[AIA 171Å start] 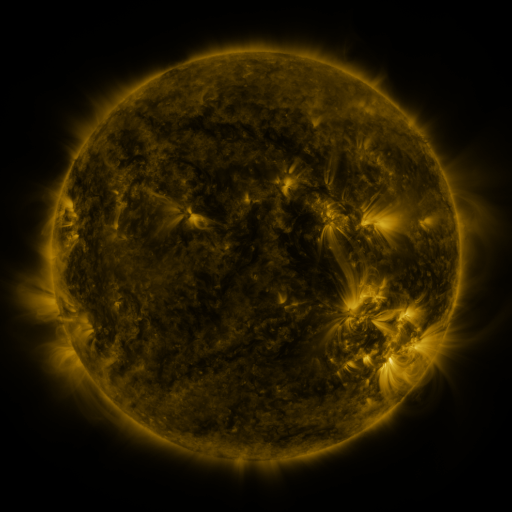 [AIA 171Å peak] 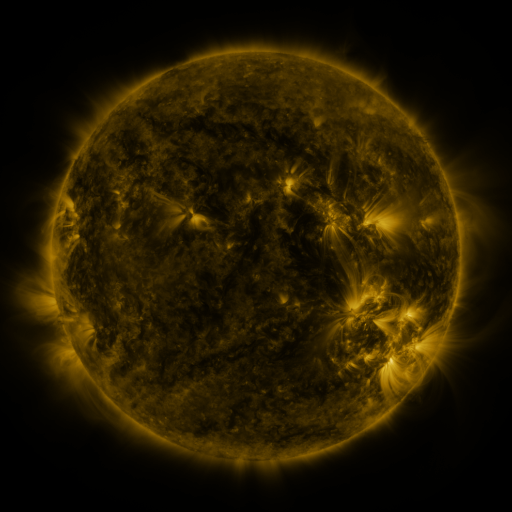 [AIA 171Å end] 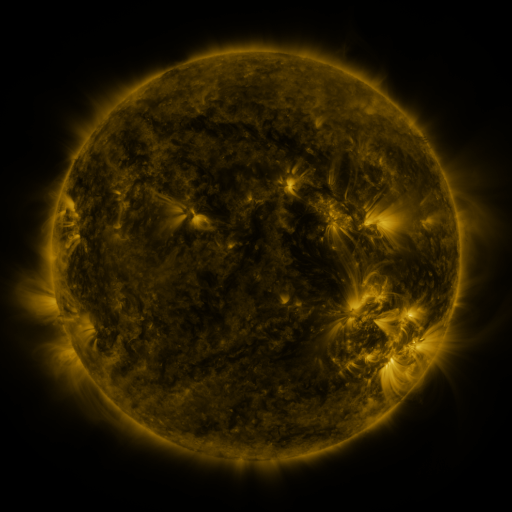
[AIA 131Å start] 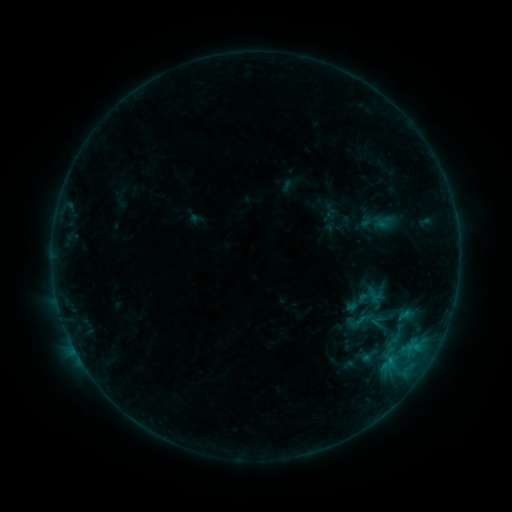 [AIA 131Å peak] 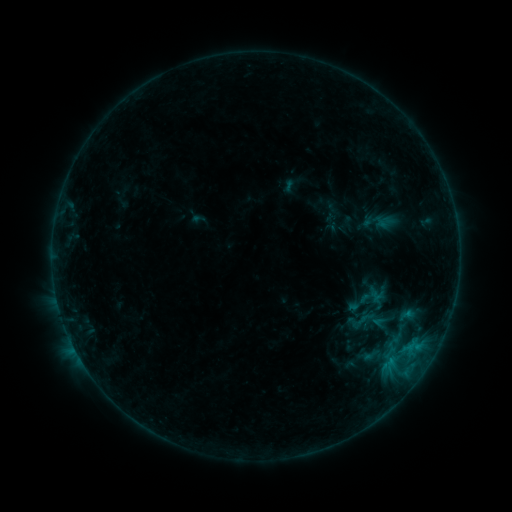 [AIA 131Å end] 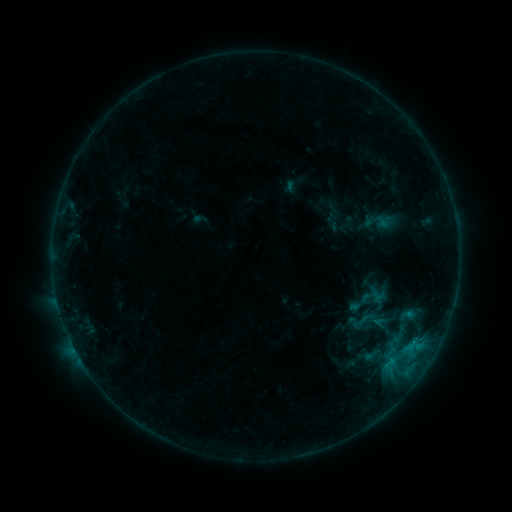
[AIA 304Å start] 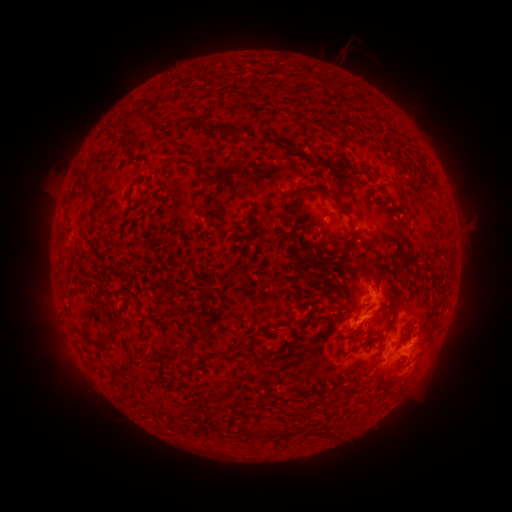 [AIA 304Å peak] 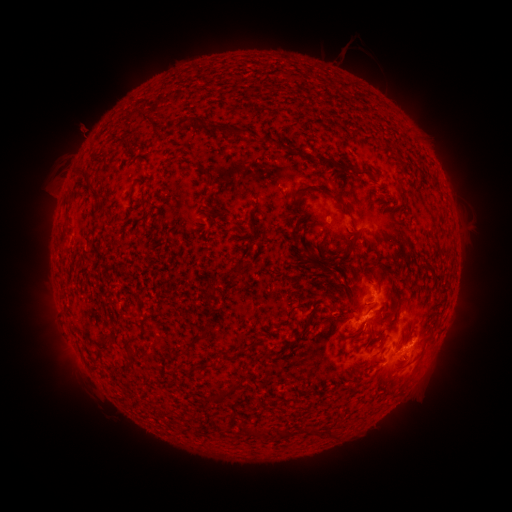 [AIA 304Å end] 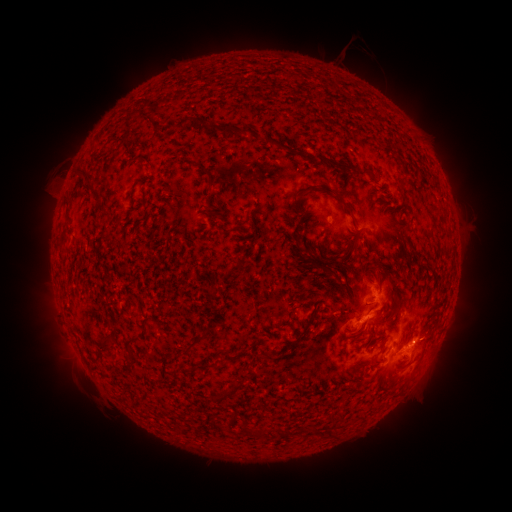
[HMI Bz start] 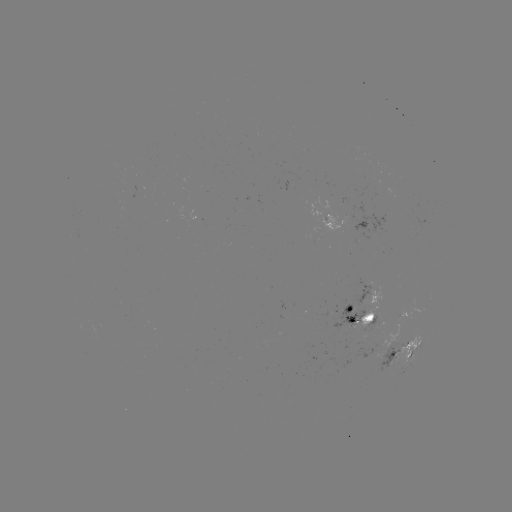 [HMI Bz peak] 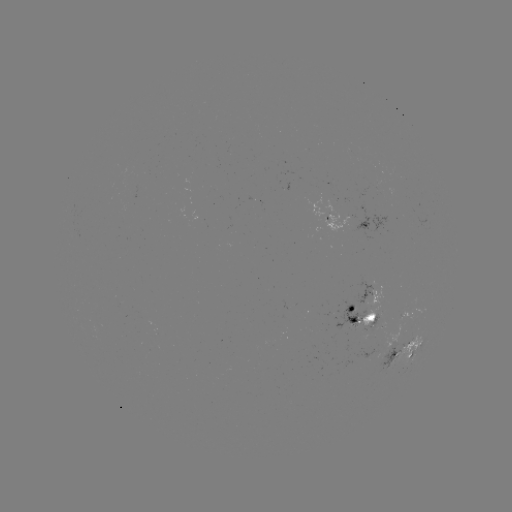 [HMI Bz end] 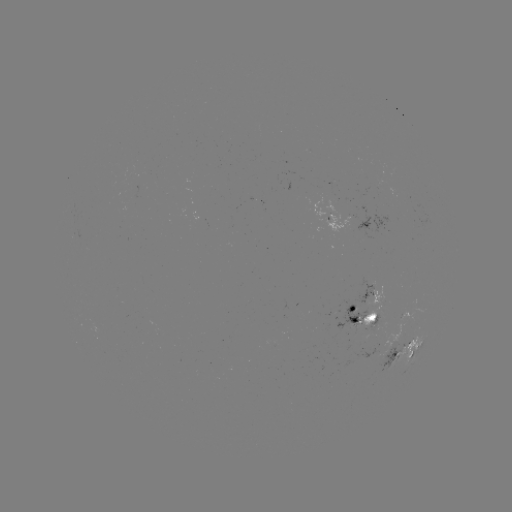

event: emerging-flux region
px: (368, 356)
